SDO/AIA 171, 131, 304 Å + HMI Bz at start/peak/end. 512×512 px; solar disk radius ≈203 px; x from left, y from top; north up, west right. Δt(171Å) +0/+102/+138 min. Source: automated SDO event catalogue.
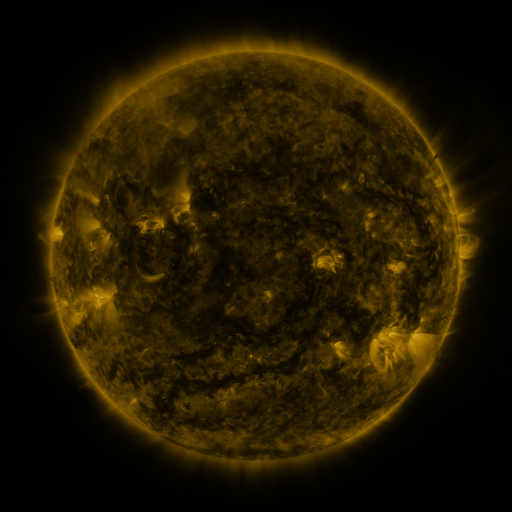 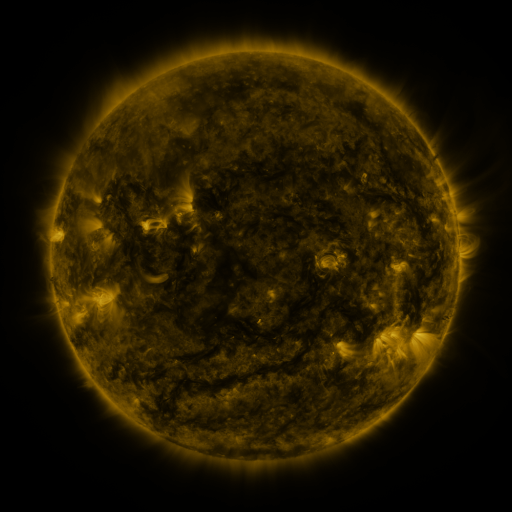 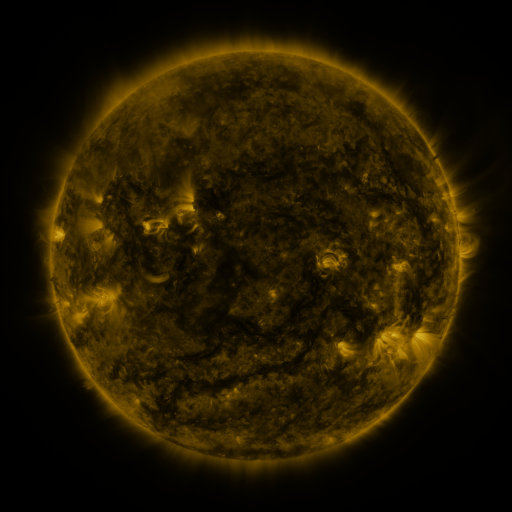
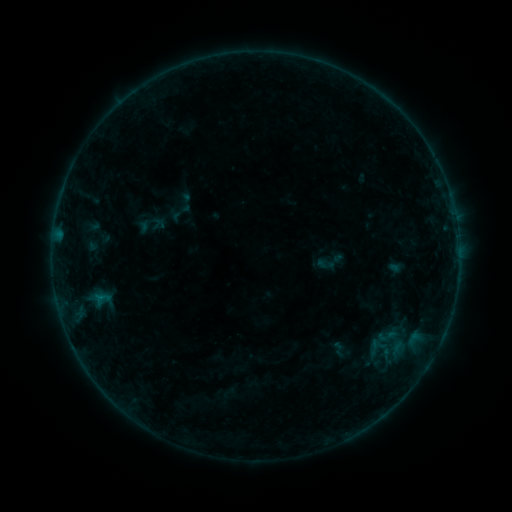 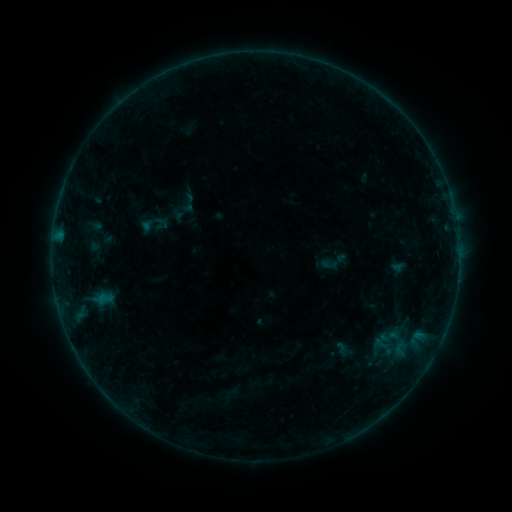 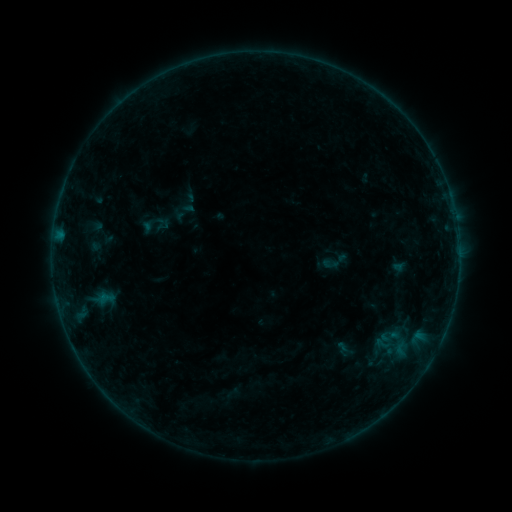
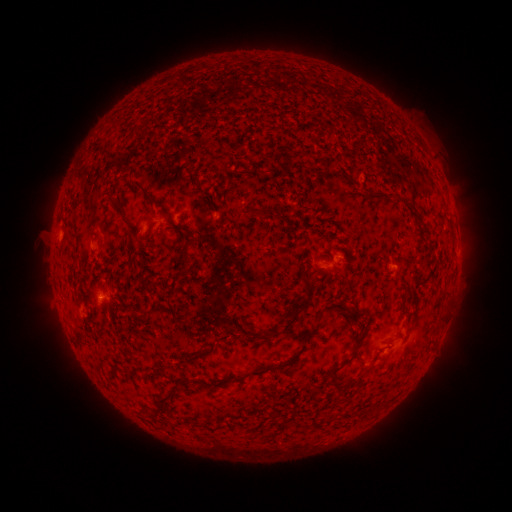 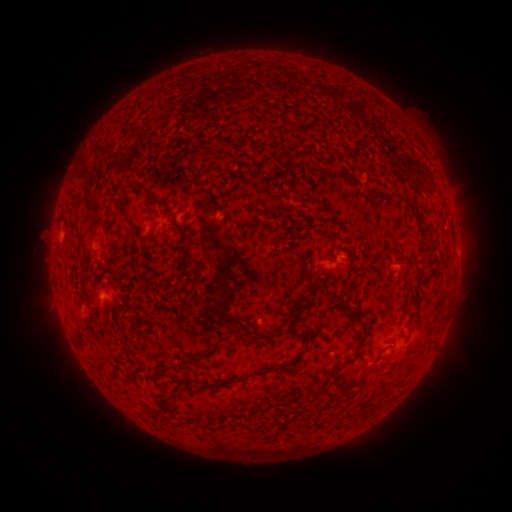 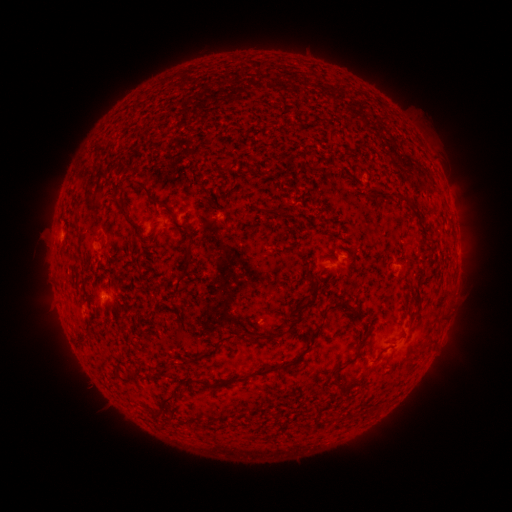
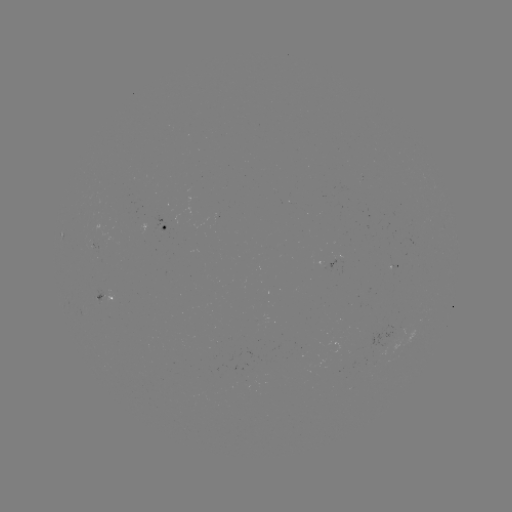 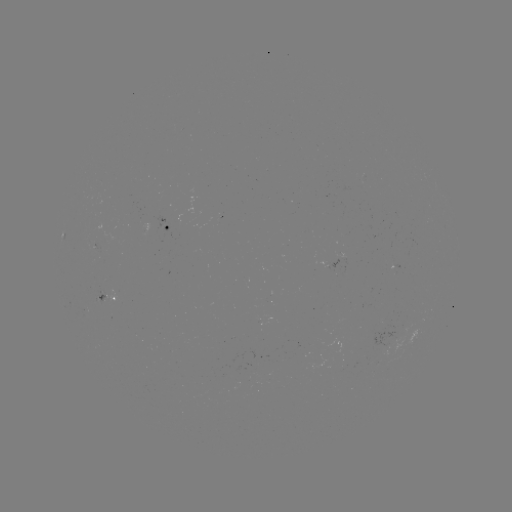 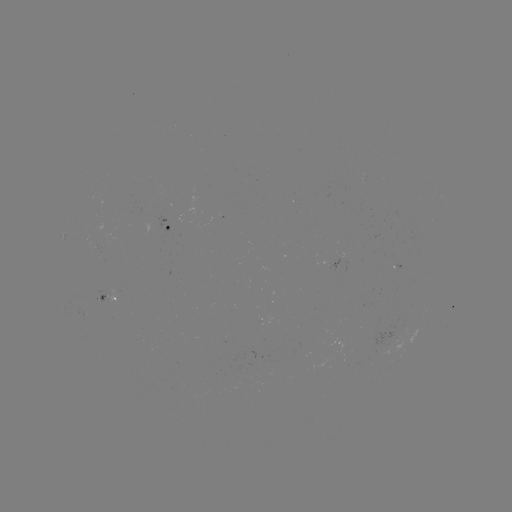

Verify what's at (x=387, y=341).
emerging-flux region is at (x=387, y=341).